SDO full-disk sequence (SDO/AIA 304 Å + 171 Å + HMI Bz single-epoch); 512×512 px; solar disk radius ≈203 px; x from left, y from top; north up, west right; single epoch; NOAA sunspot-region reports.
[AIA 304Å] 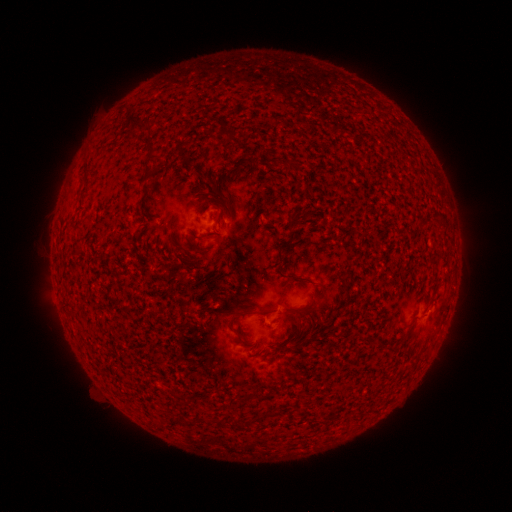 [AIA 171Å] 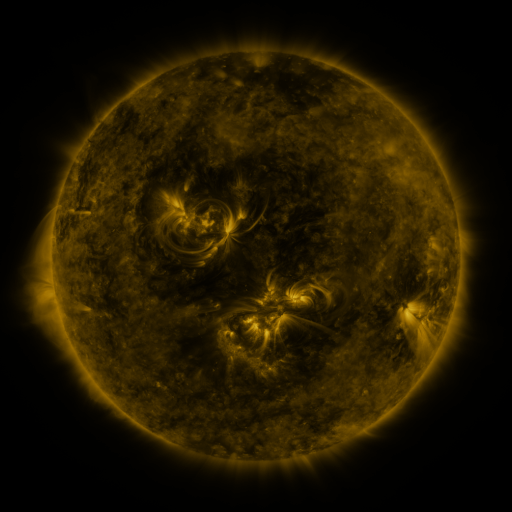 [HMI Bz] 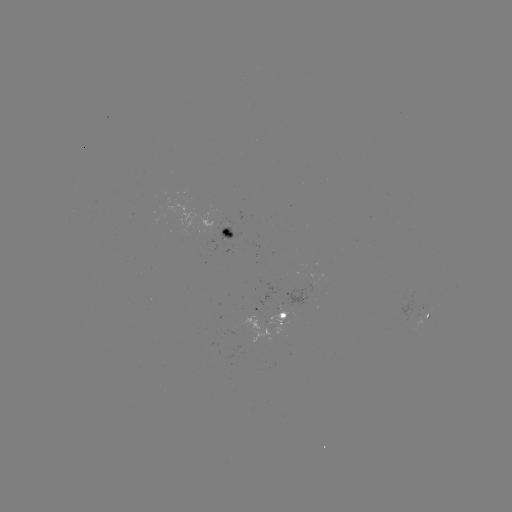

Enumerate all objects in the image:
spotted active region: (228, 233)
spotted active region: (428, 316)
spotted active region: (273, 318)
